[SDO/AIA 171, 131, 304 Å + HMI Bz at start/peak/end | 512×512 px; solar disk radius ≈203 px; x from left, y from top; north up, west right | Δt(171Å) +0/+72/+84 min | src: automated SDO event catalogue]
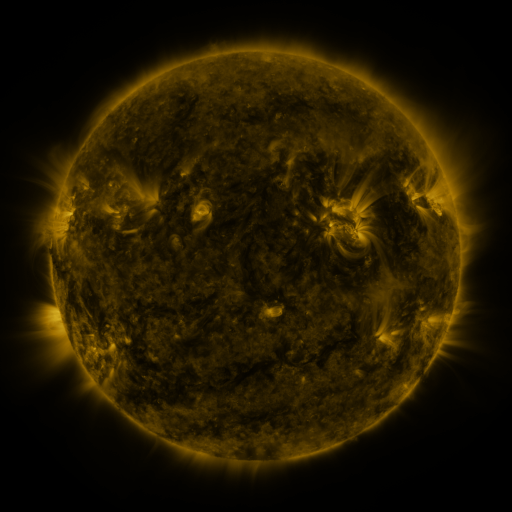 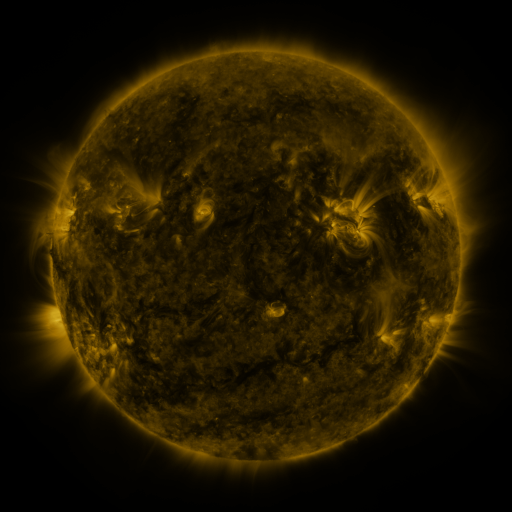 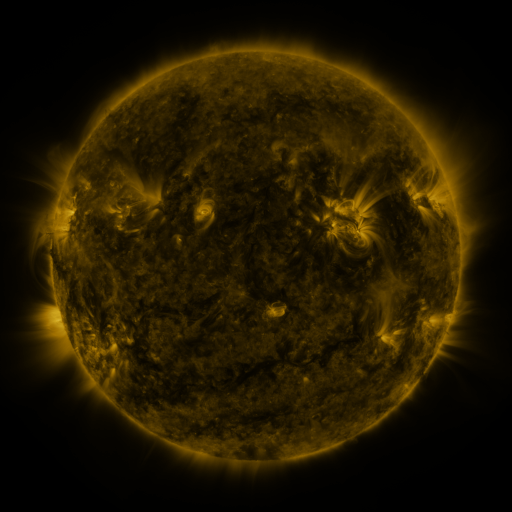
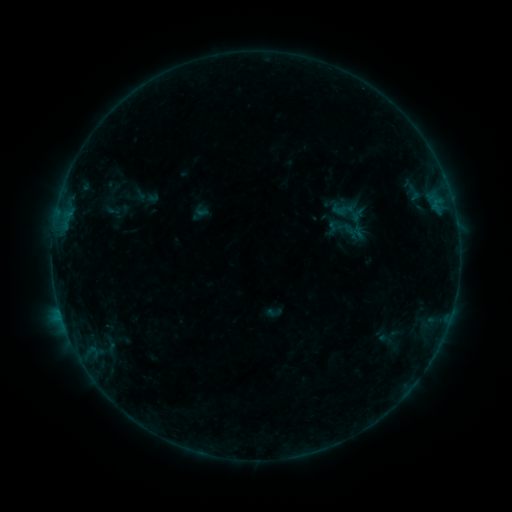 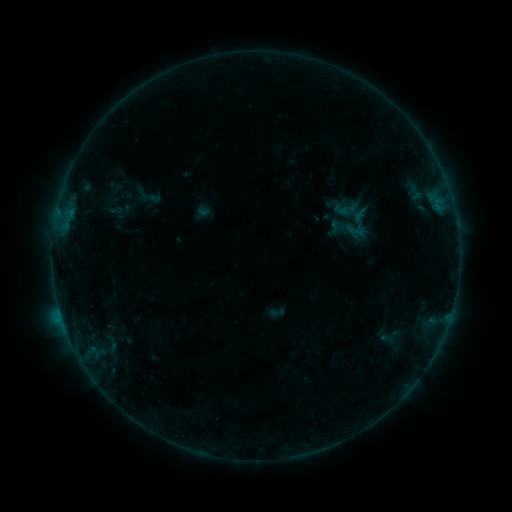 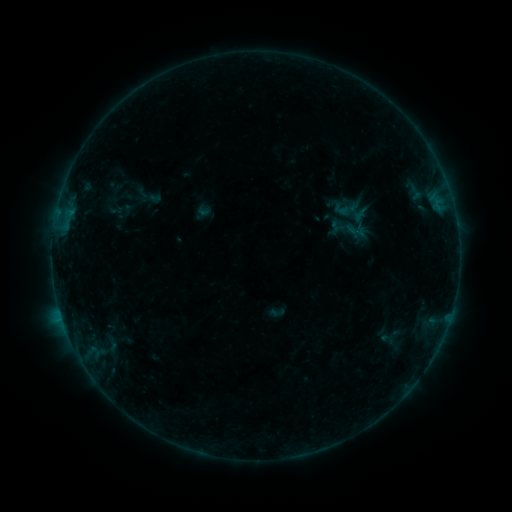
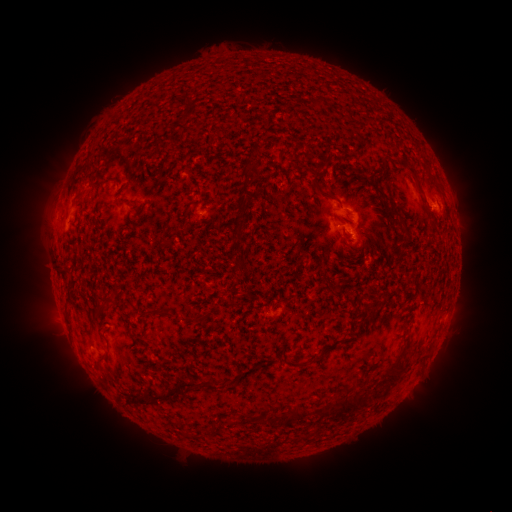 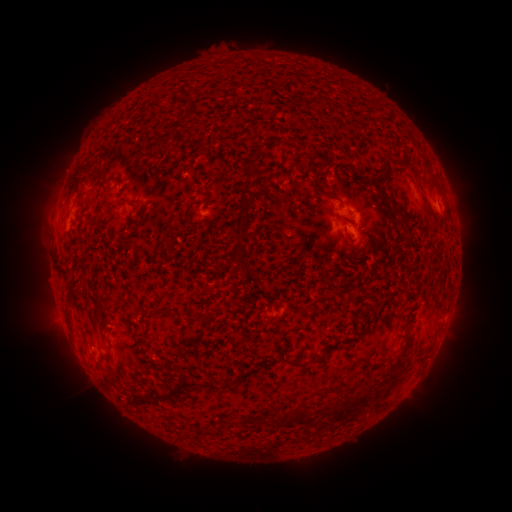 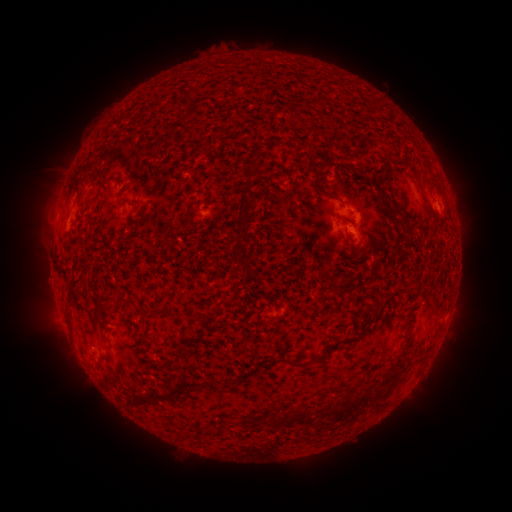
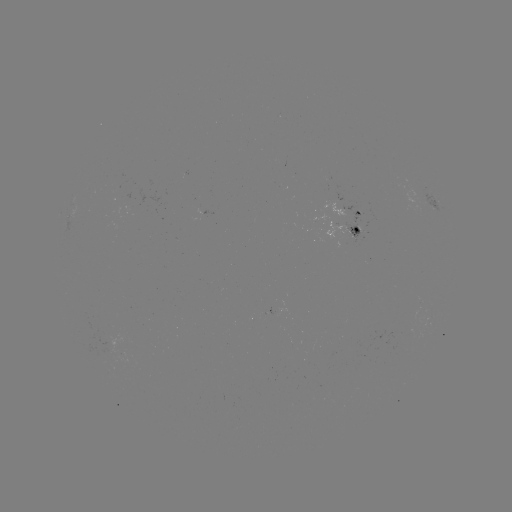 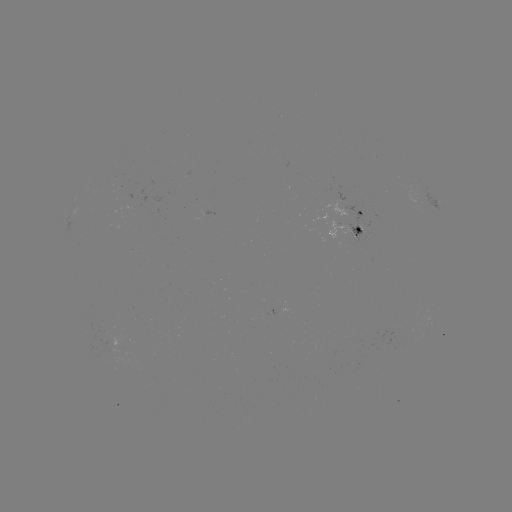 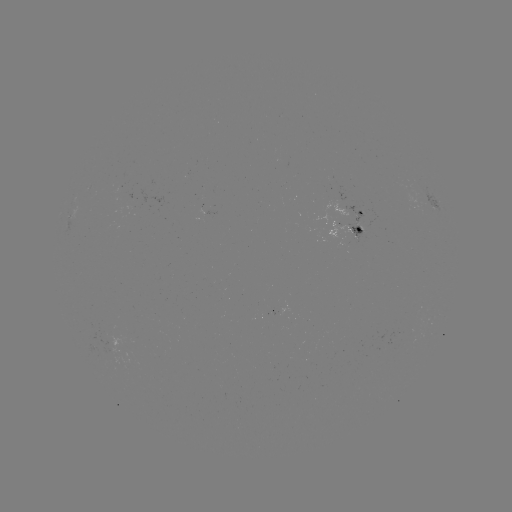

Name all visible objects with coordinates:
emerging-flux region: (349, 234)
